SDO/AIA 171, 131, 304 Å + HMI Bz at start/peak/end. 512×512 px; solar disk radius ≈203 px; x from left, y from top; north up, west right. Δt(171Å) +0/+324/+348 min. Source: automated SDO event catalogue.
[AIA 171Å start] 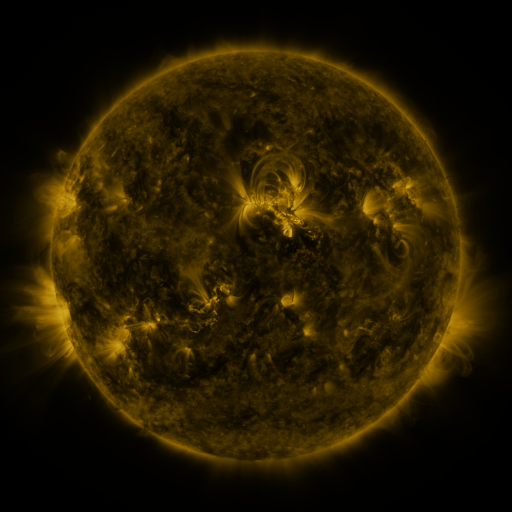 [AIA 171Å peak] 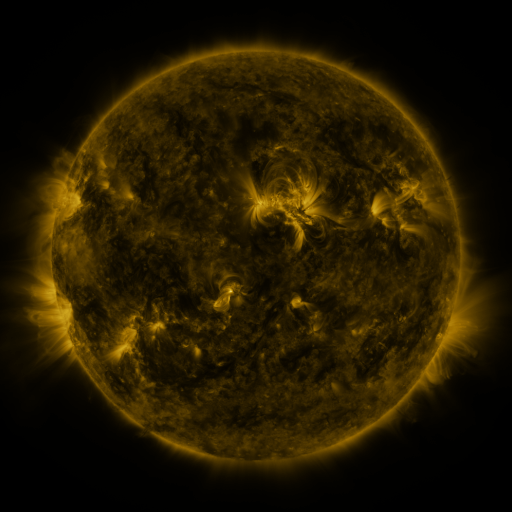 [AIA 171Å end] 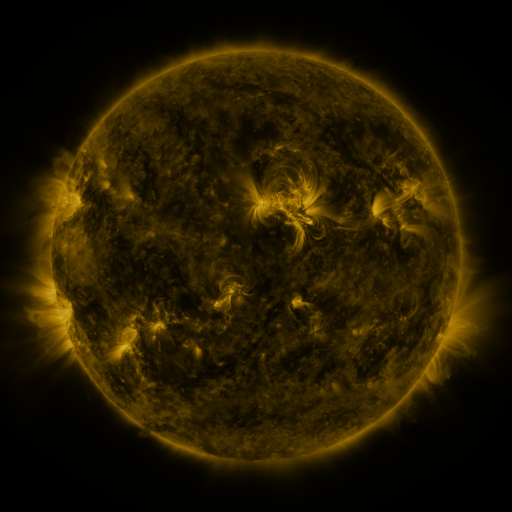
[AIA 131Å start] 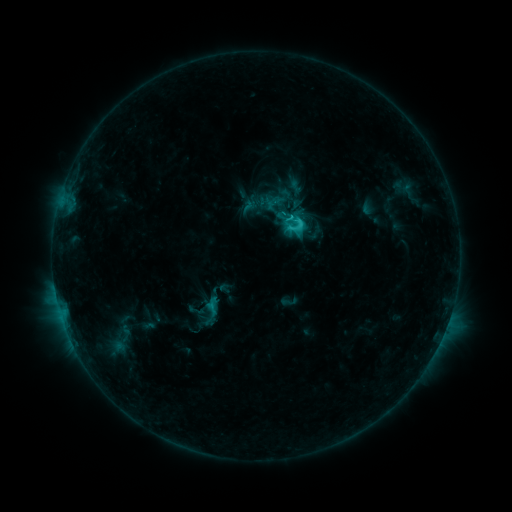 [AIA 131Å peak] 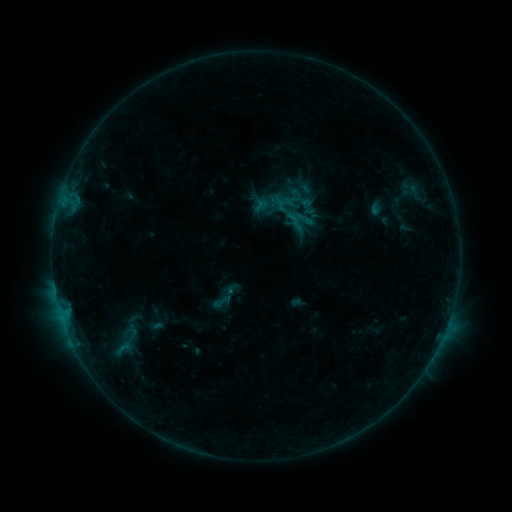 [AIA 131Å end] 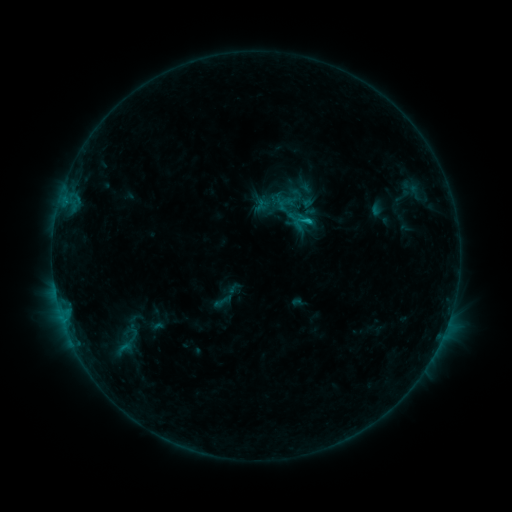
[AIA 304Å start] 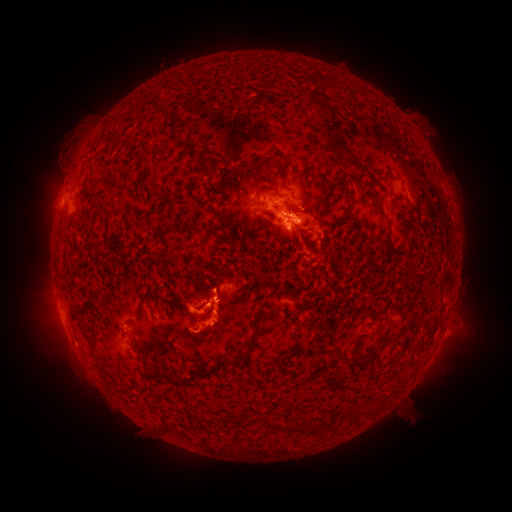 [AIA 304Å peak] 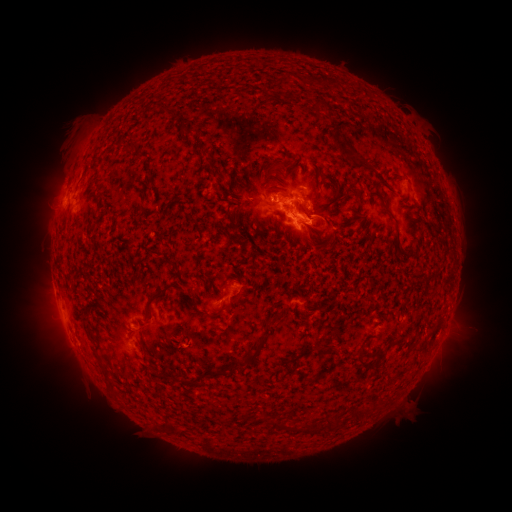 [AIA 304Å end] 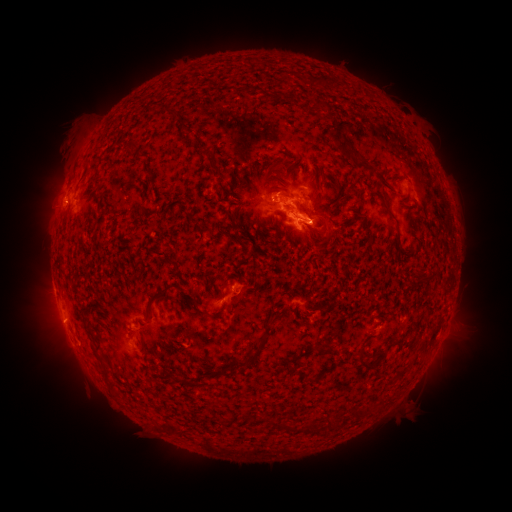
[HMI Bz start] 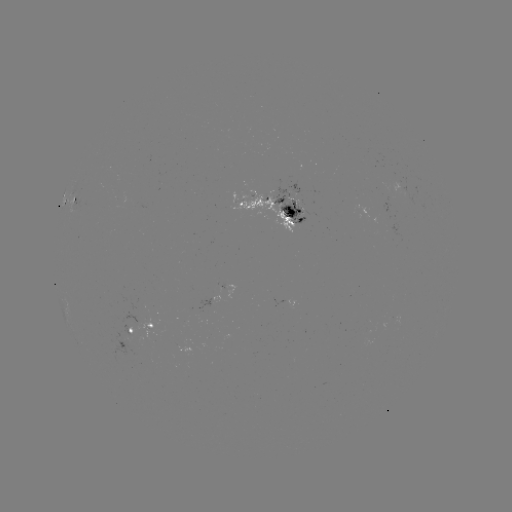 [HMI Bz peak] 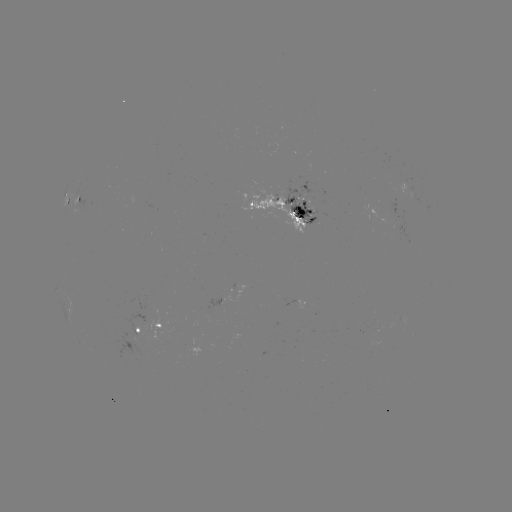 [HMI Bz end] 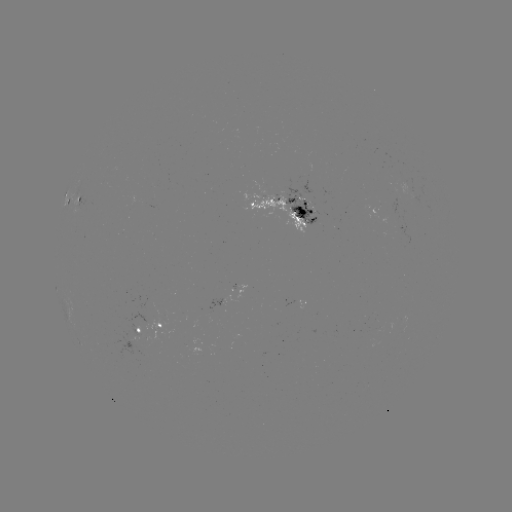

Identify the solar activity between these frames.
emerging-flux region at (277, 205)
